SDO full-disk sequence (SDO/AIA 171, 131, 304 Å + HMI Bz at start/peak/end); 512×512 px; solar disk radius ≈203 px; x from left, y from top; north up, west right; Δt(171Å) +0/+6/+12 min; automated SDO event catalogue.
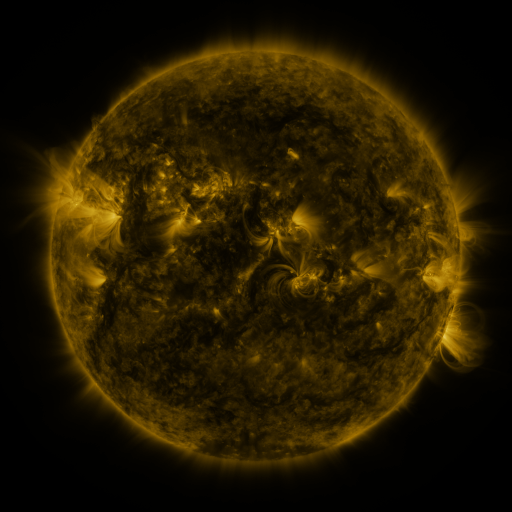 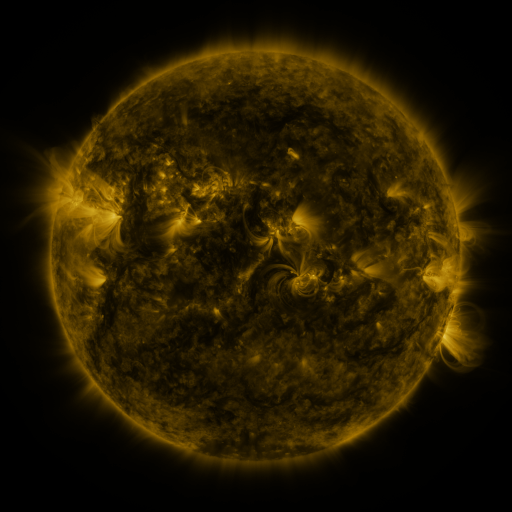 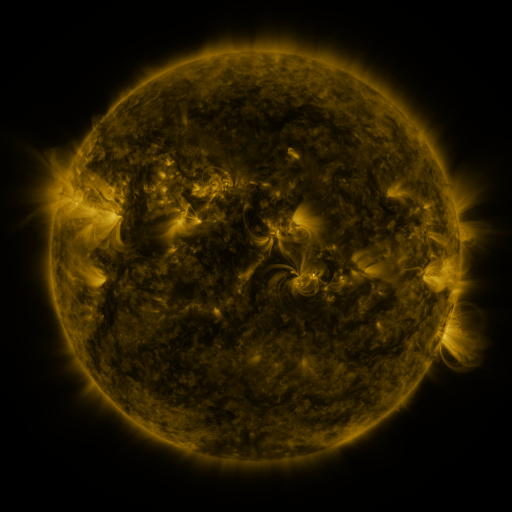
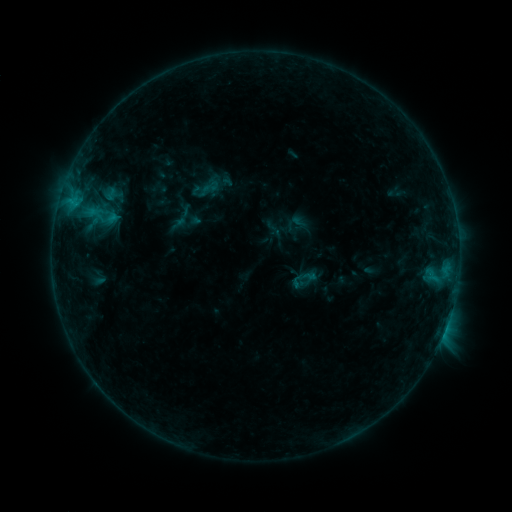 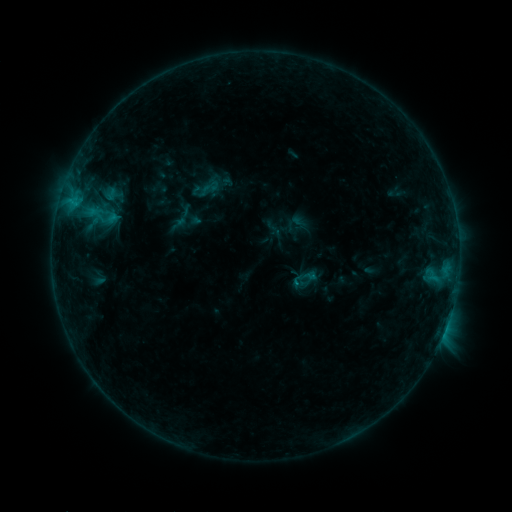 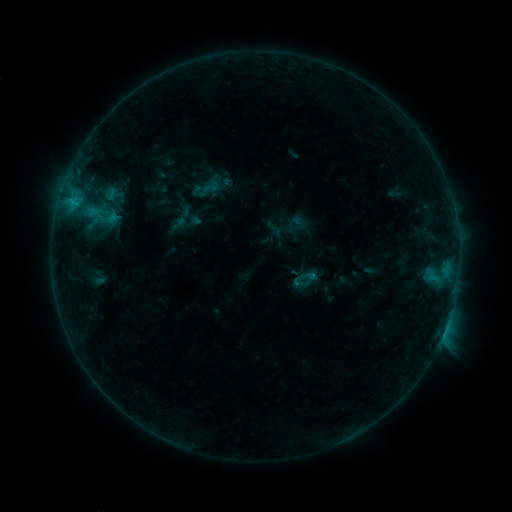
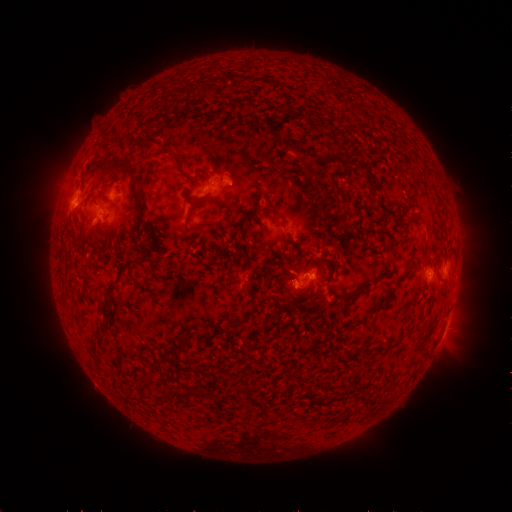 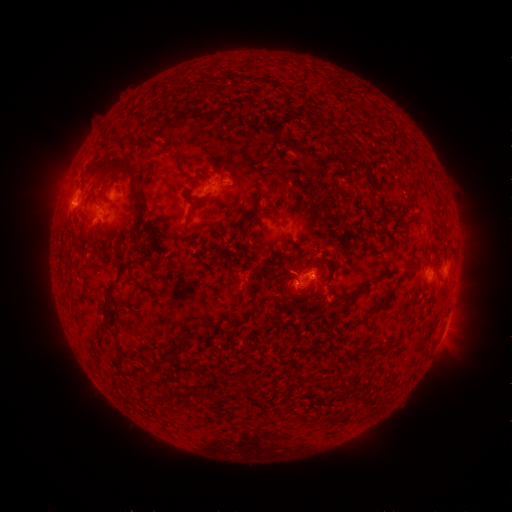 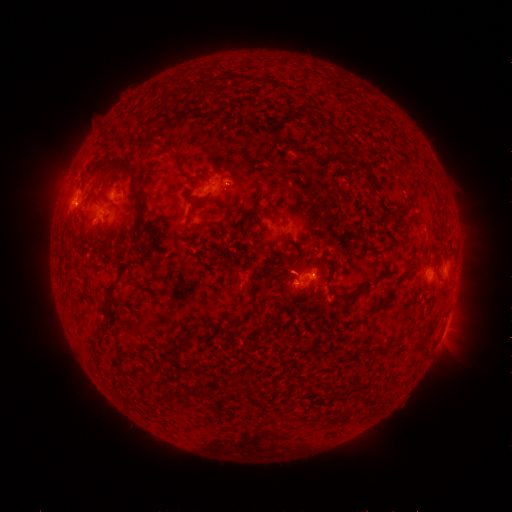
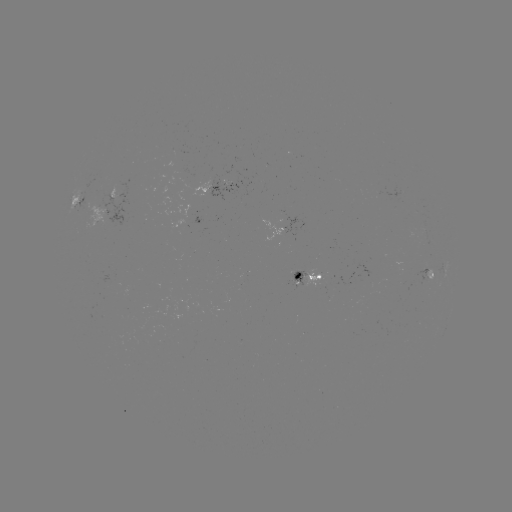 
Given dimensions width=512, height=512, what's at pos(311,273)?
B7.8 flare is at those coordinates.